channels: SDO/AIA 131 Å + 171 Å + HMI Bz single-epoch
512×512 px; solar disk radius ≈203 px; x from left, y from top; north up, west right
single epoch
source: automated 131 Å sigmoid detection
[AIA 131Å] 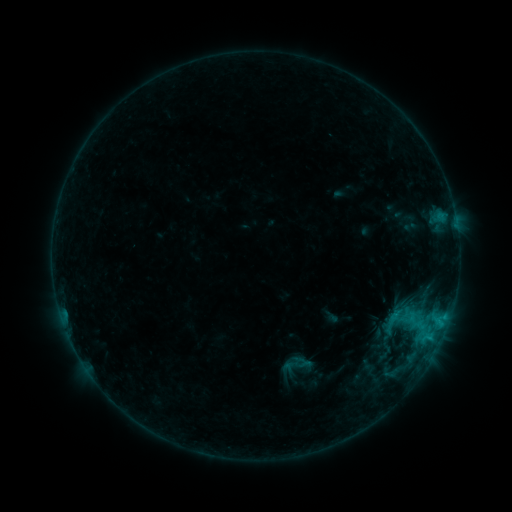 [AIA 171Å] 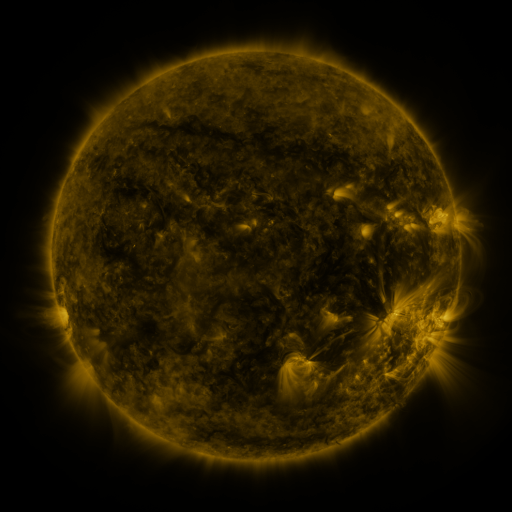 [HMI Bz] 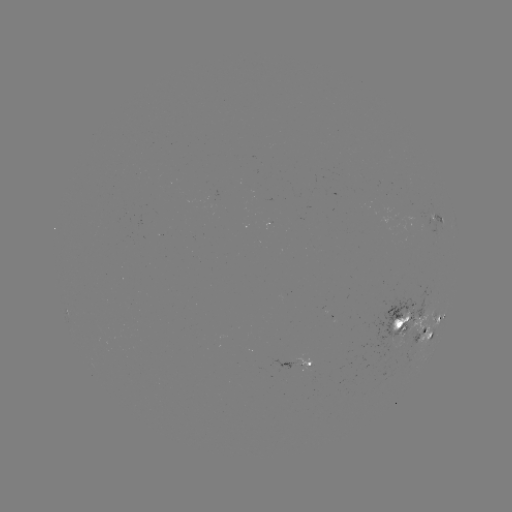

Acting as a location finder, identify sigmoid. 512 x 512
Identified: [296, 364].